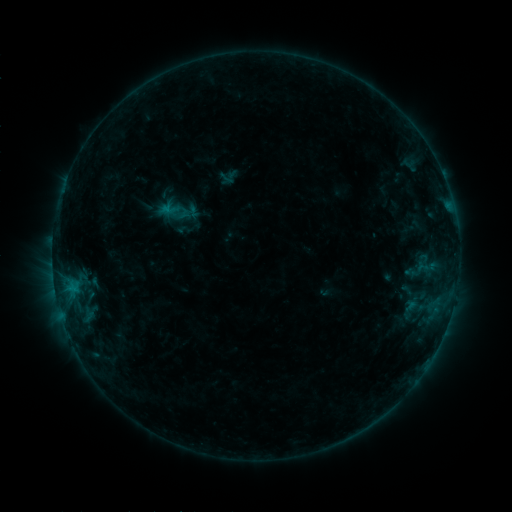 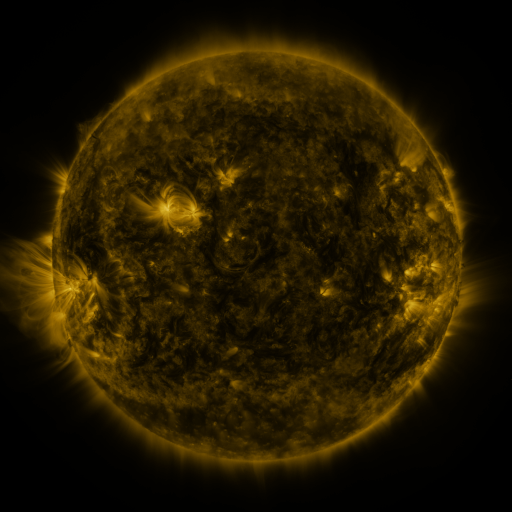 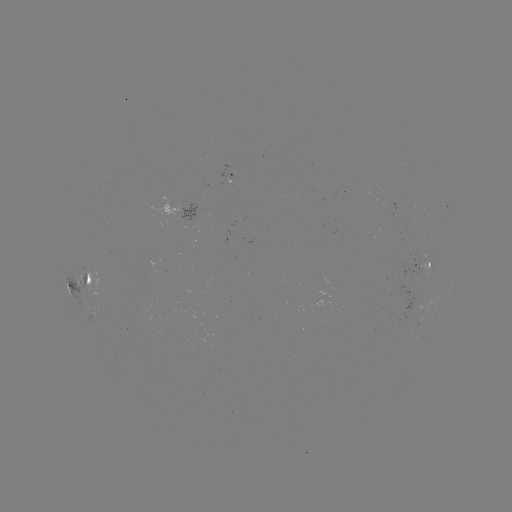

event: sigmoid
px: (177, 210)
